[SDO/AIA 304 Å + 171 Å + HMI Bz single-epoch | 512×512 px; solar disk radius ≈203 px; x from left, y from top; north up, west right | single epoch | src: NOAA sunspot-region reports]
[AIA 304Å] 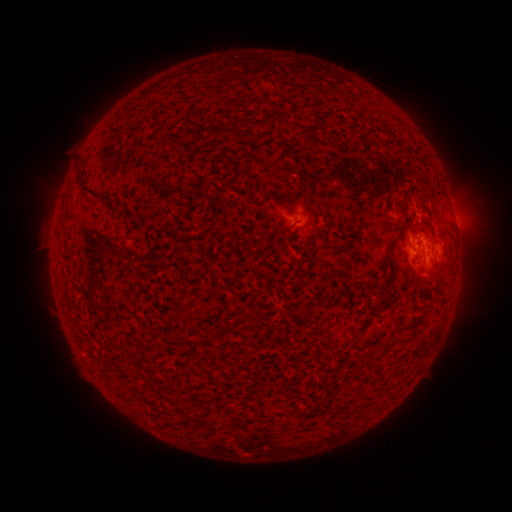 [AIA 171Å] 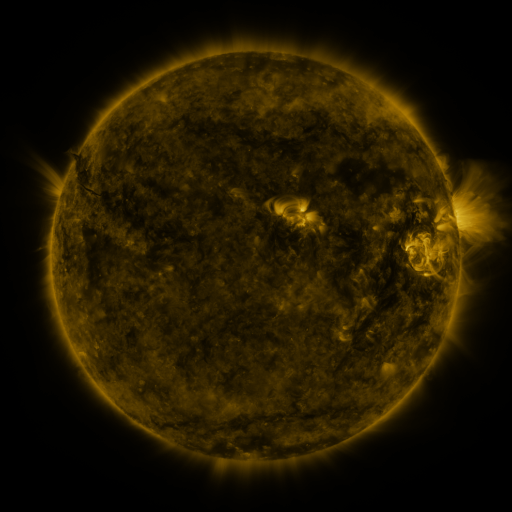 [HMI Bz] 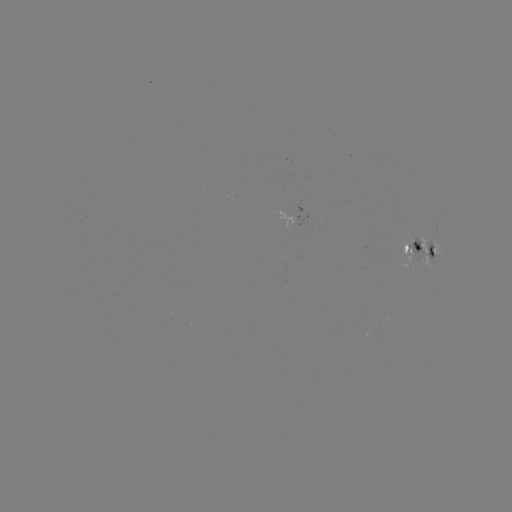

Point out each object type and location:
spotted active region: (306, 216)
spotted active region: (415, 249)
spotted active region: (435, 253)
